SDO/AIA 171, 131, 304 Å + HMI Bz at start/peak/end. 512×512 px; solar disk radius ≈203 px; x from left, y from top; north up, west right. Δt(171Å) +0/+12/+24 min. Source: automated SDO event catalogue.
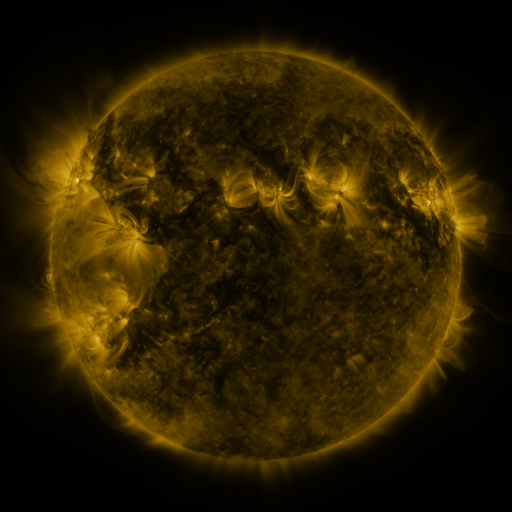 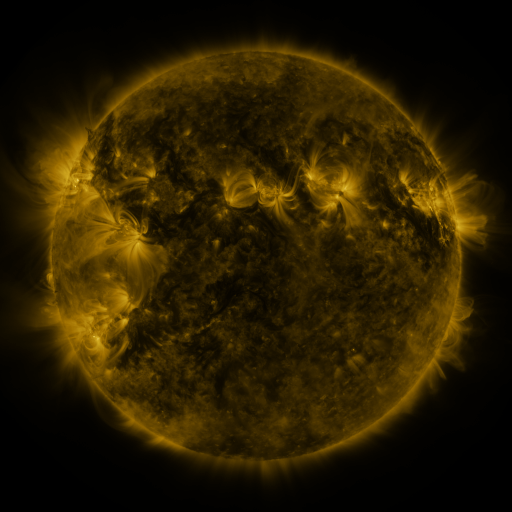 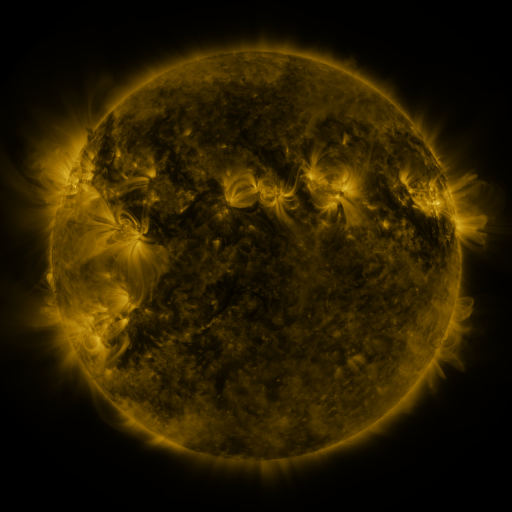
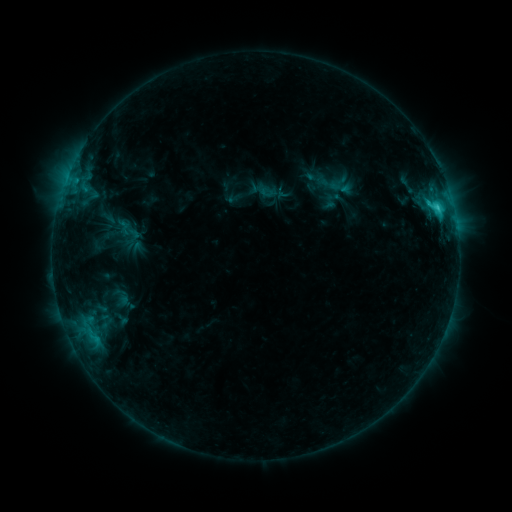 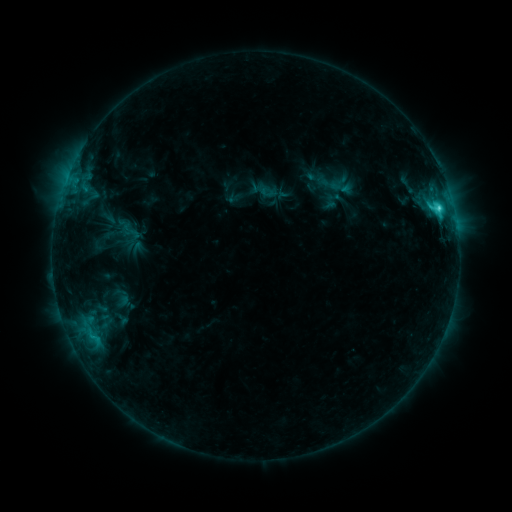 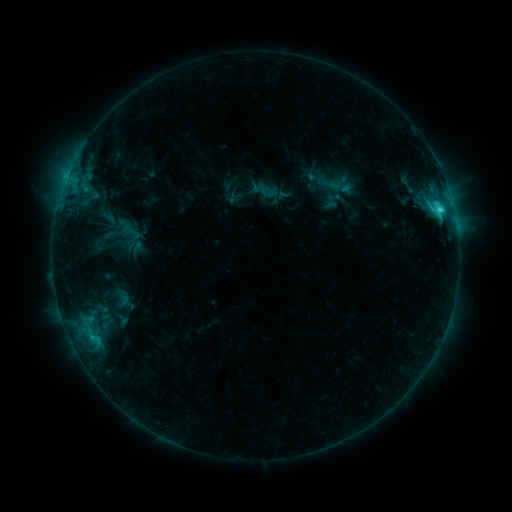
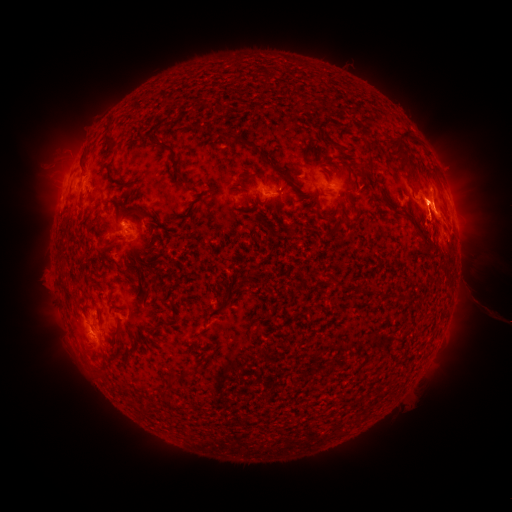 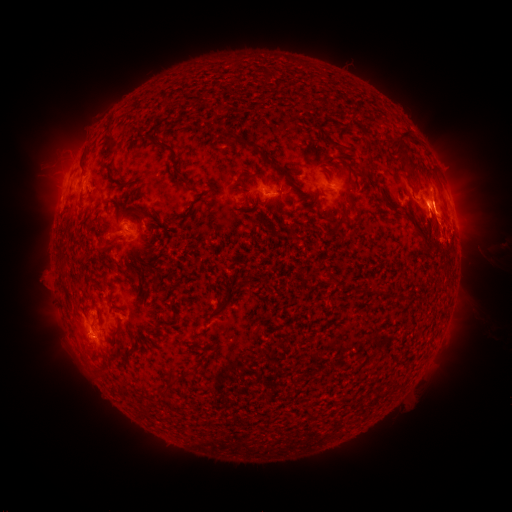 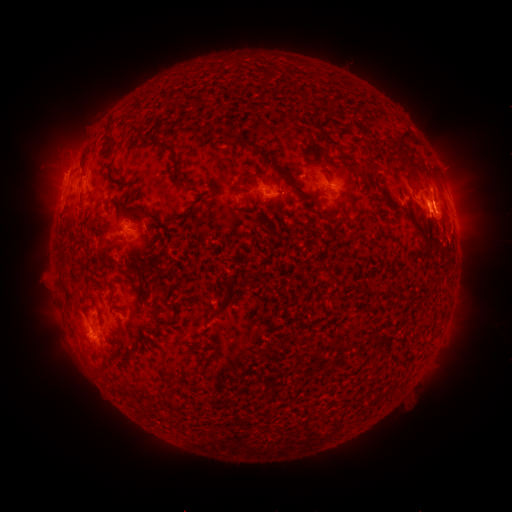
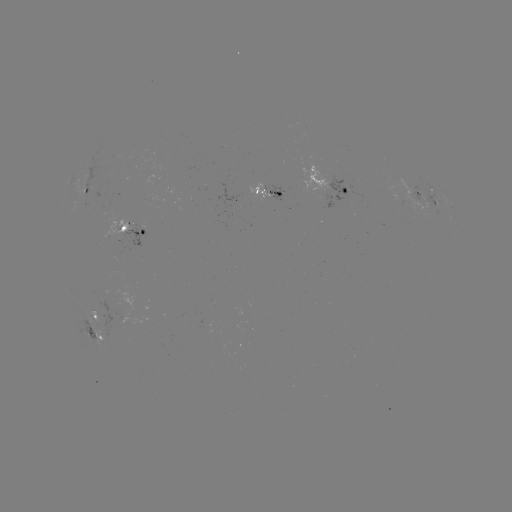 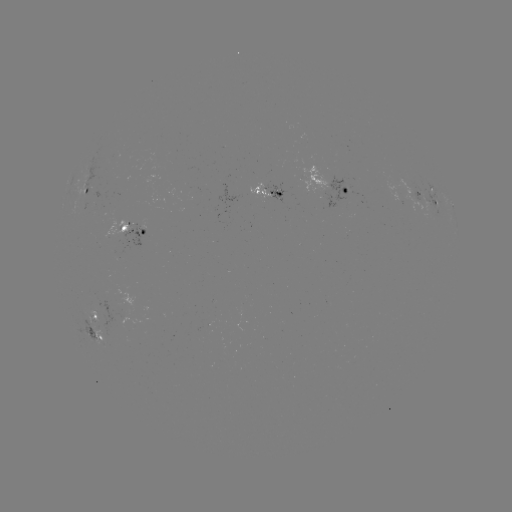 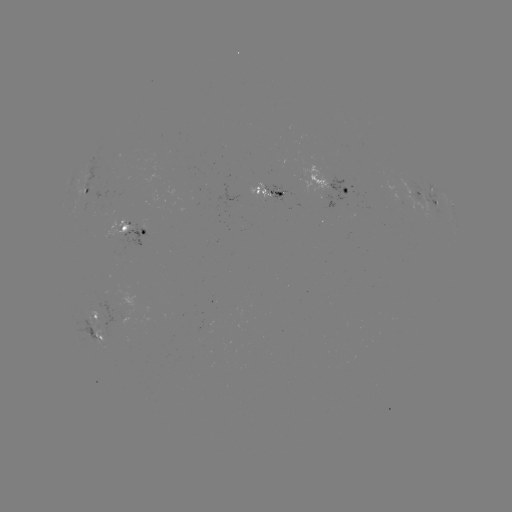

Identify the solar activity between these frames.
eruption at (455, 221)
